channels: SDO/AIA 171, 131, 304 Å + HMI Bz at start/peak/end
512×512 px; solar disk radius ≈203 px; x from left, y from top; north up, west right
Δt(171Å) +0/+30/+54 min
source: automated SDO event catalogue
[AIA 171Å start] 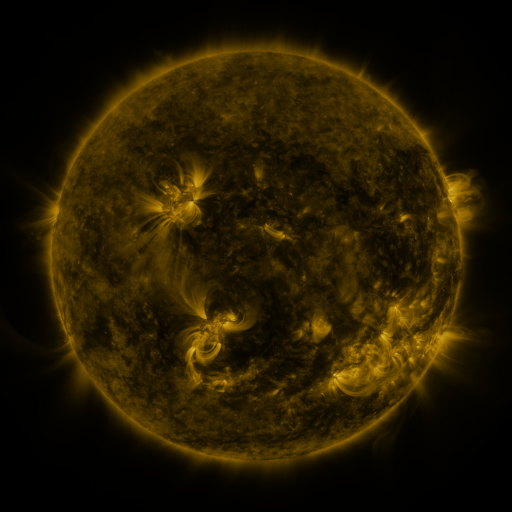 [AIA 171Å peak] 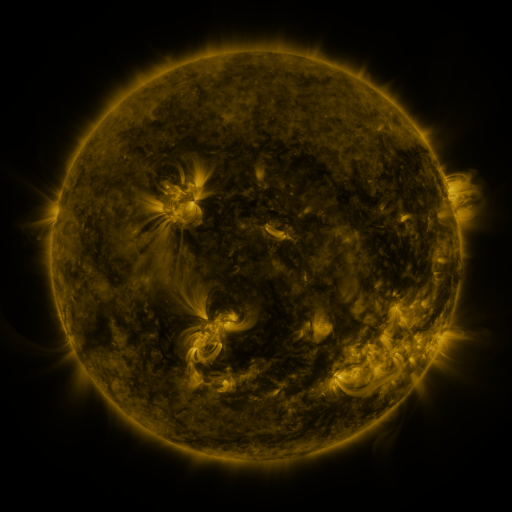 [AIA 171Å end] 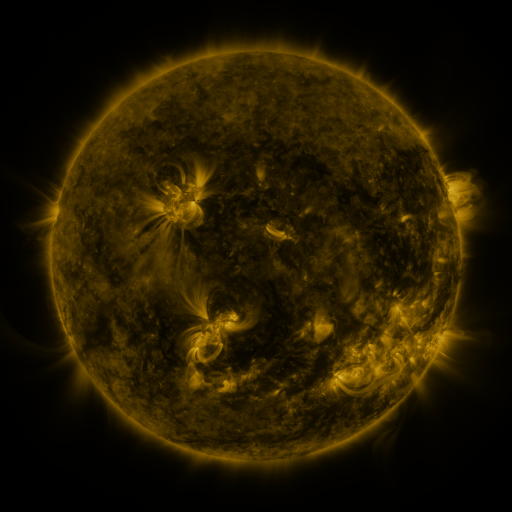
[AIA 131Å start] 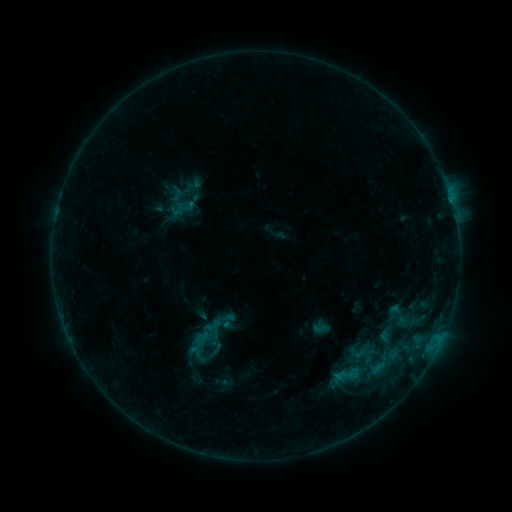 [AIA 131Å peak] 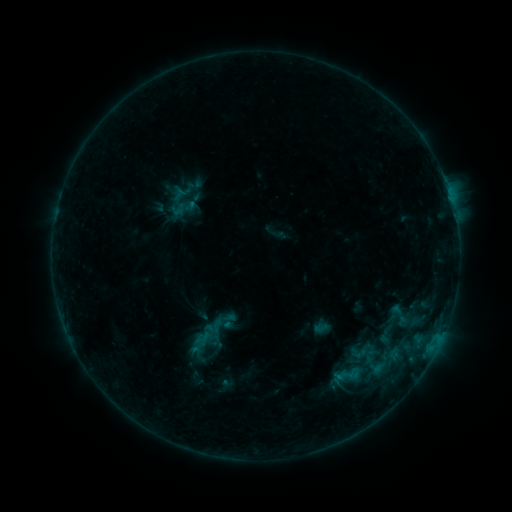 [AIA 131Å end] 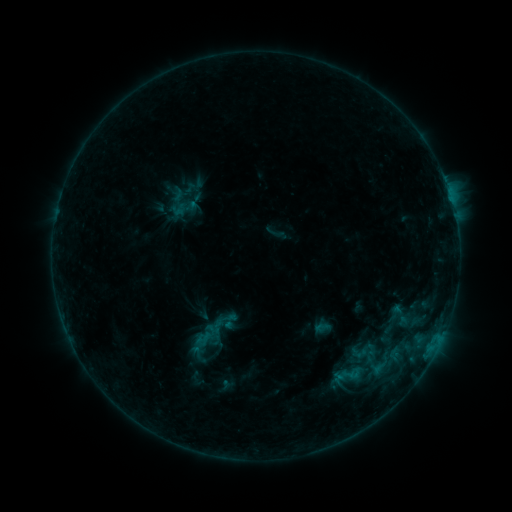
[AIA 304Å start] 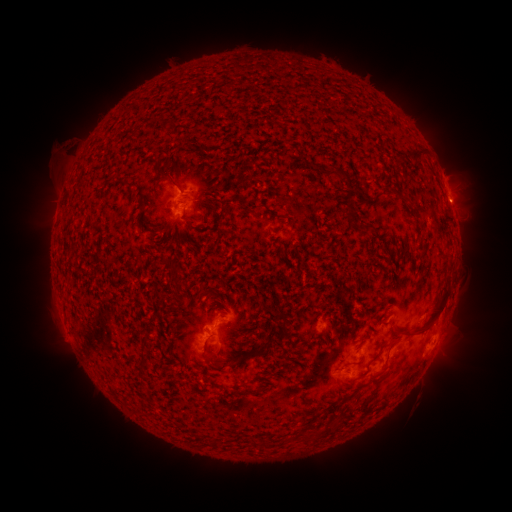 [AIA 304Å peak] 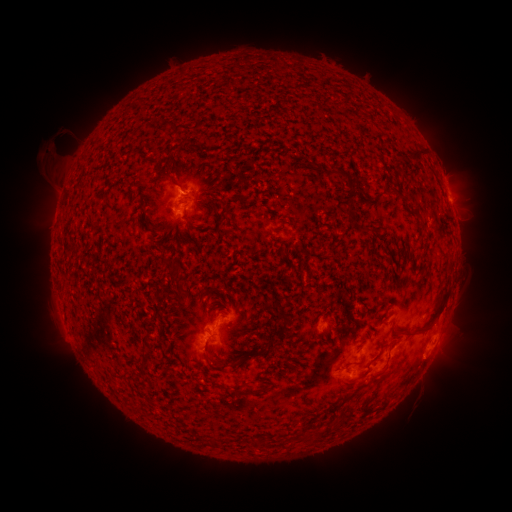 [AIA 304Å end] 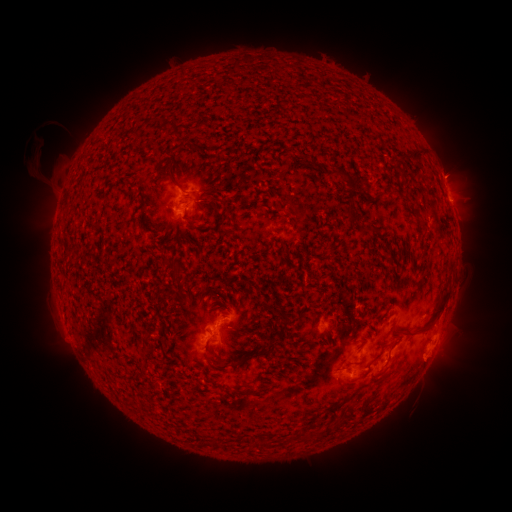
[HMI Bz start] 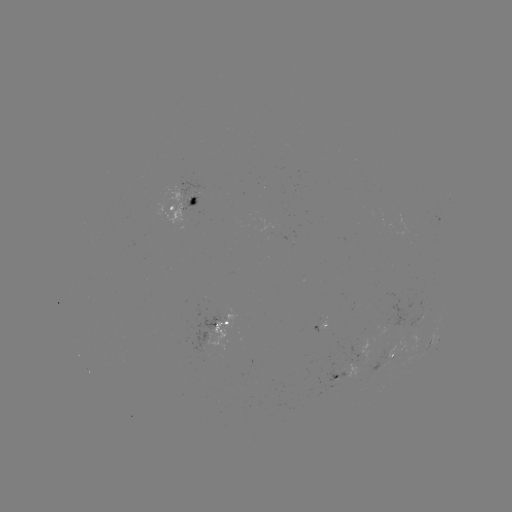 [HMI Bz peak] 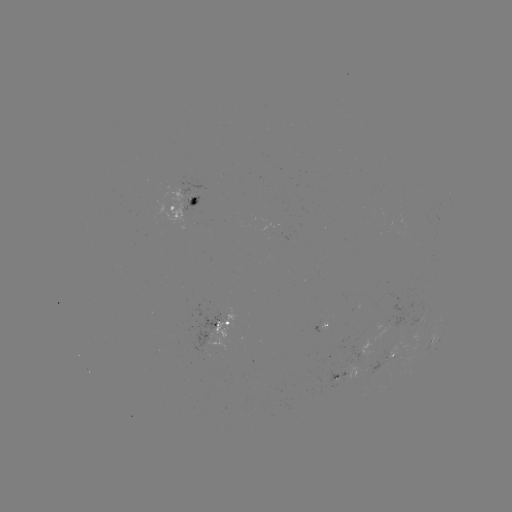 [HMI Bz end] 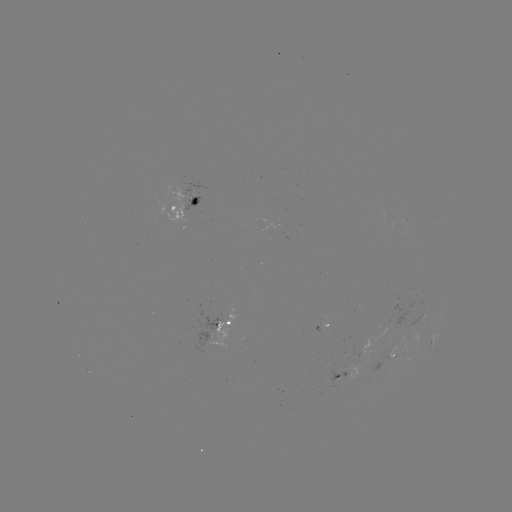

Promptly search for eruption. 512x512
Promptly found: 54,151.